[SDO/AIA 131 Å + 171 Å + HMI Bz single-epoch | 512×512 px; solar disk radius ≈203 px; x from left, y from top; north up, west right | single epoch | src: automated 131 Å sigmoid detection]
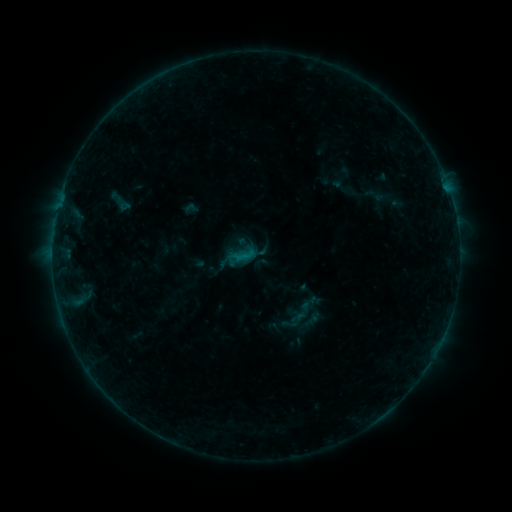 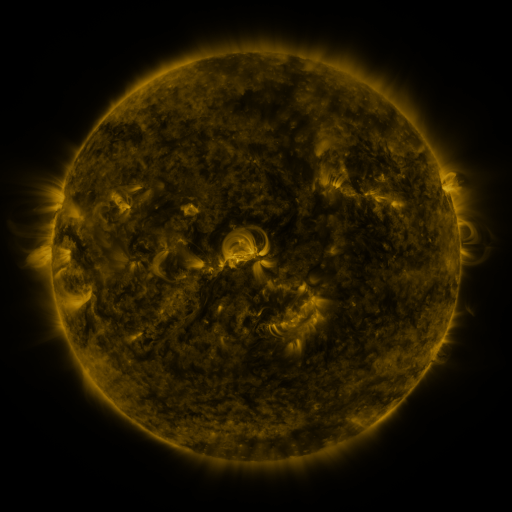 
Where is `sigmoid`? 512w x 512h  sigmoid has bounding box [297, 292, 319, 315].